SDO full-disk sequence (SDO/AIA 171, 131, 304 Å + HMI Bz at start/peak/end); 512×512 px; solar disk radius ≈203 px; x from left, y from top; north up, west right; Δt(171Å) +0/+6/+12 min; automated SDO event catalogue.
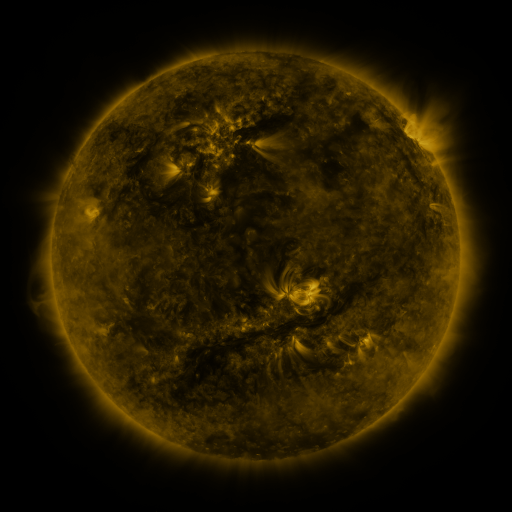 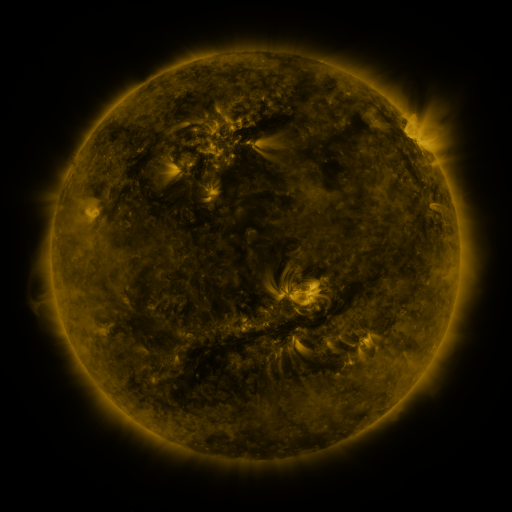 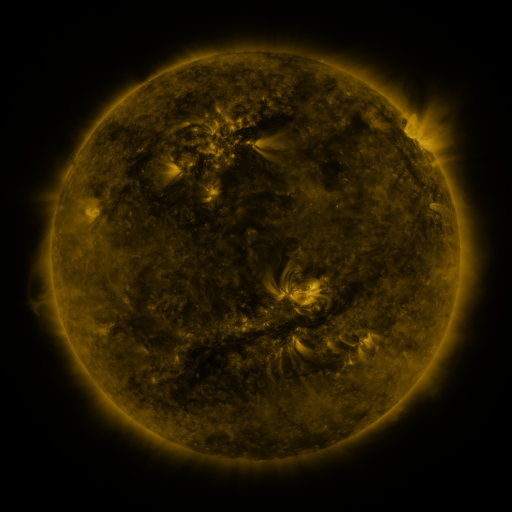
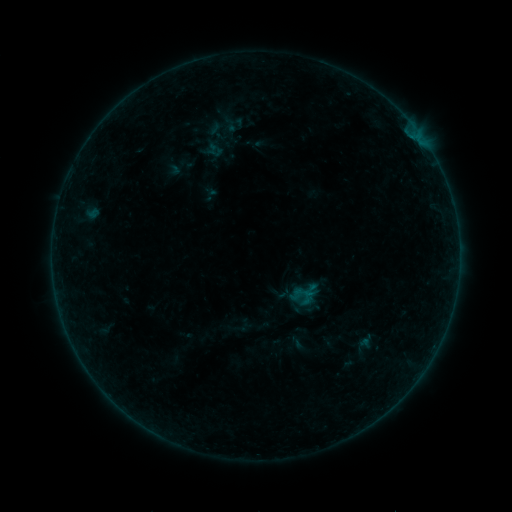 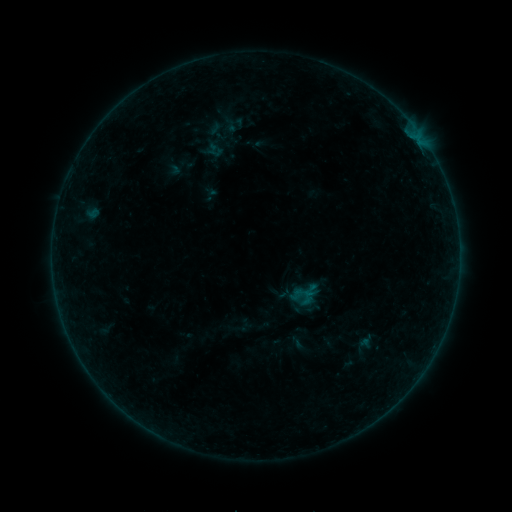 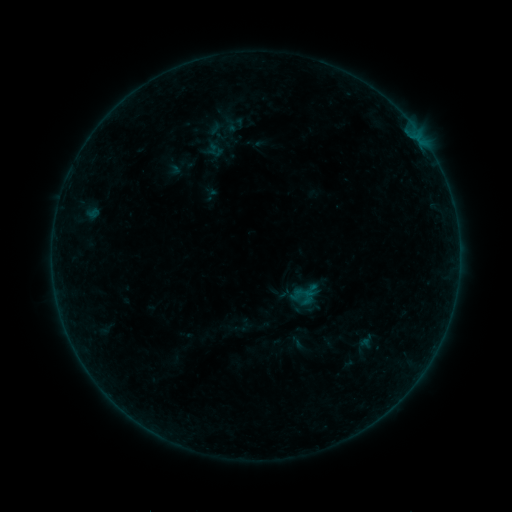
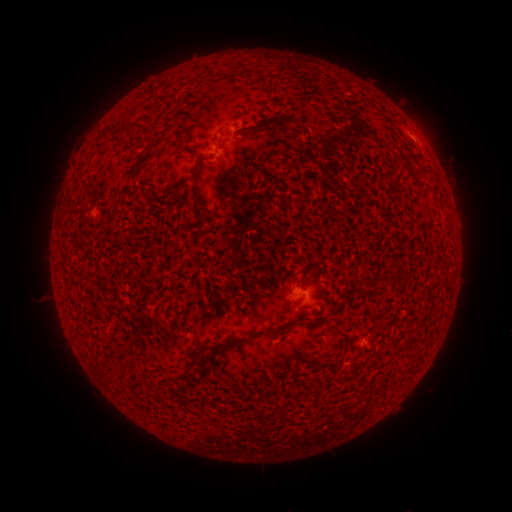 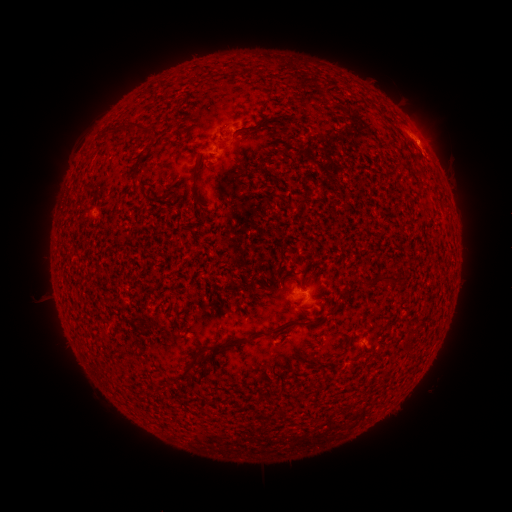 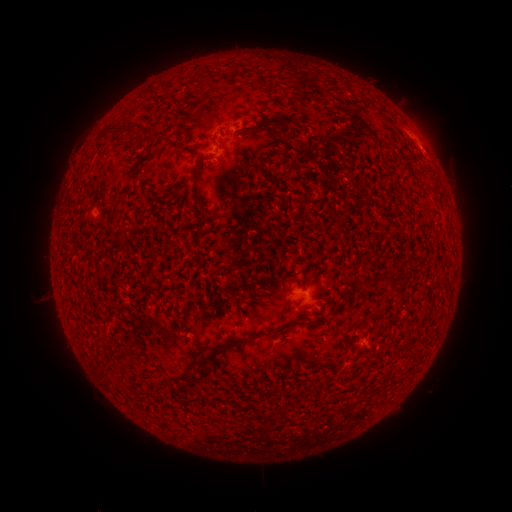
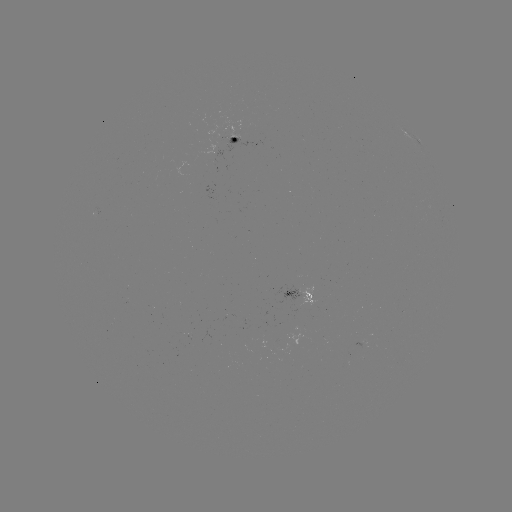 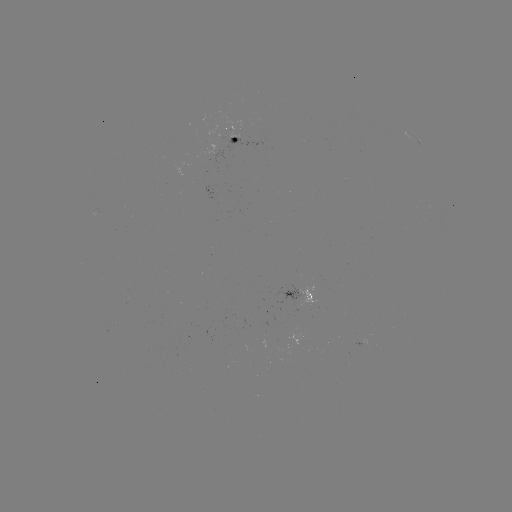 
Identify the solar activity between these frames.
eruption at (427, 138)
